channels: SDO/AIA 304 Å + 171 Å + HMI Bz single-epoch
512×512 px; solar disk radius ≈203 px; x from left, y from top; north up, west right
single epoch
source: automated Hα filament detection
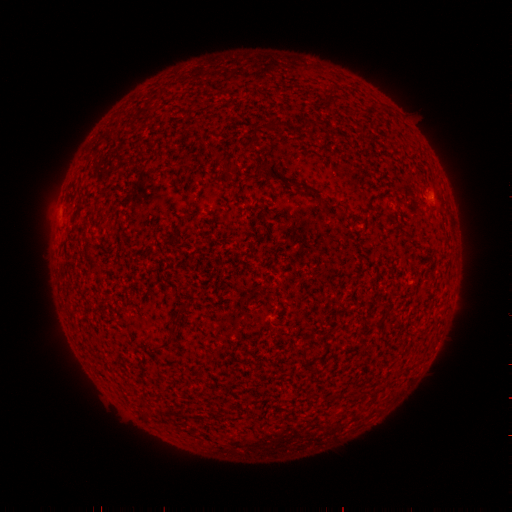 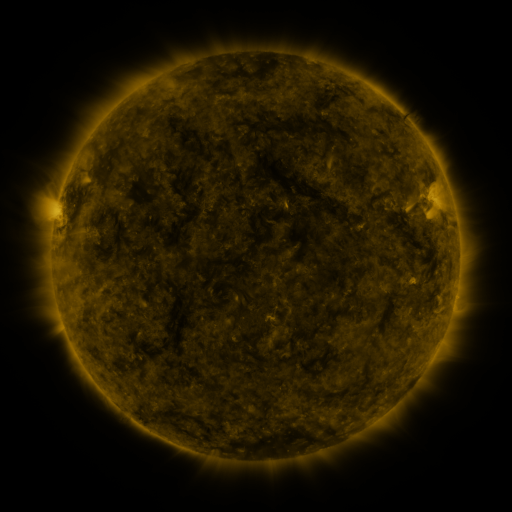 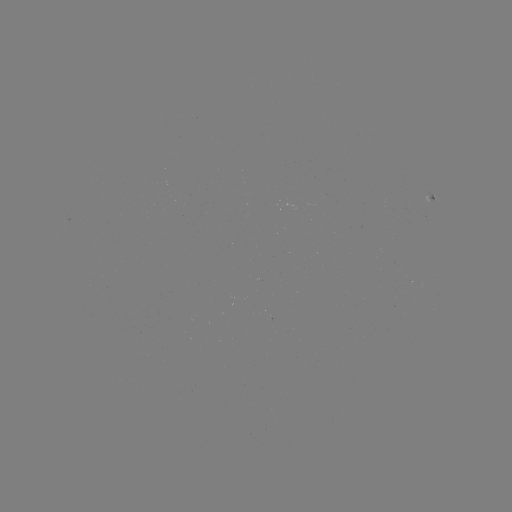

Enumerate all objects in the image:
filament: [253, 129, 259, 140]
filament: [301, 185, 310, 196]
filament: [299, 347, 307, 361]
